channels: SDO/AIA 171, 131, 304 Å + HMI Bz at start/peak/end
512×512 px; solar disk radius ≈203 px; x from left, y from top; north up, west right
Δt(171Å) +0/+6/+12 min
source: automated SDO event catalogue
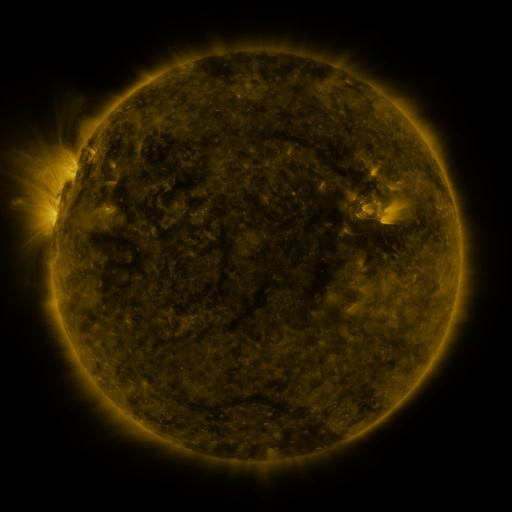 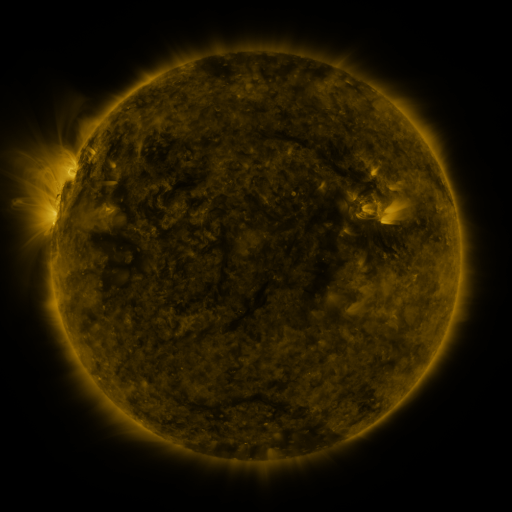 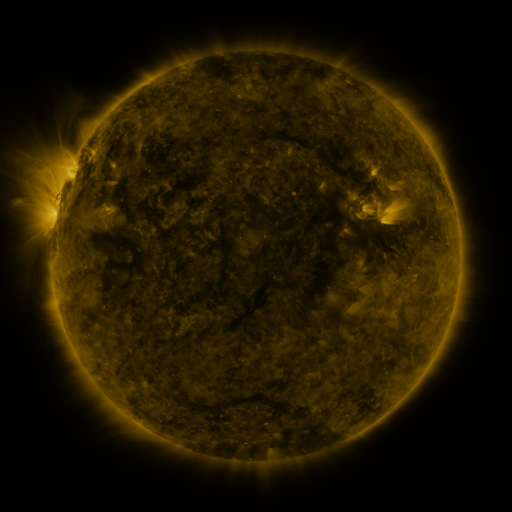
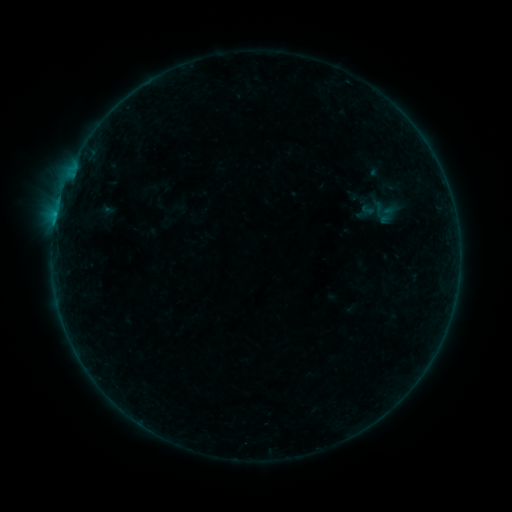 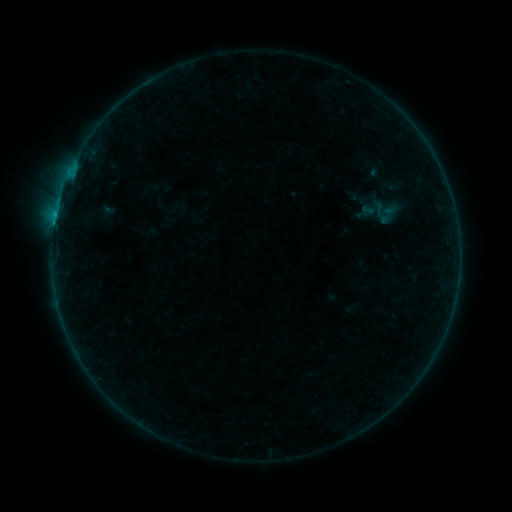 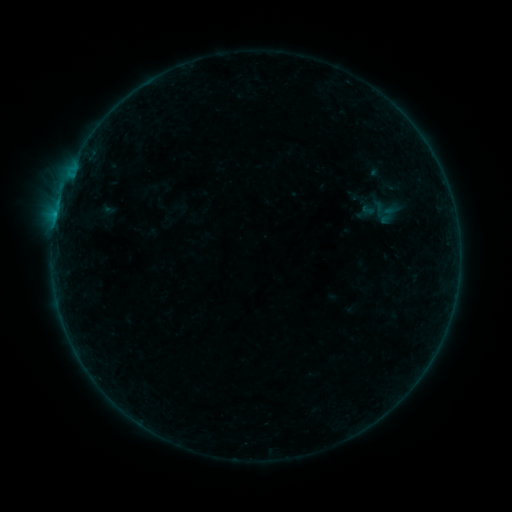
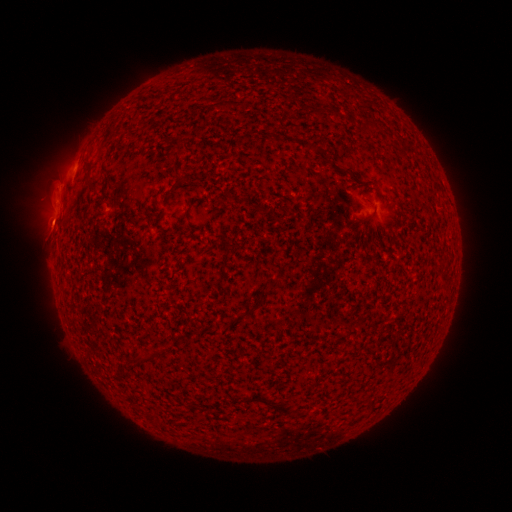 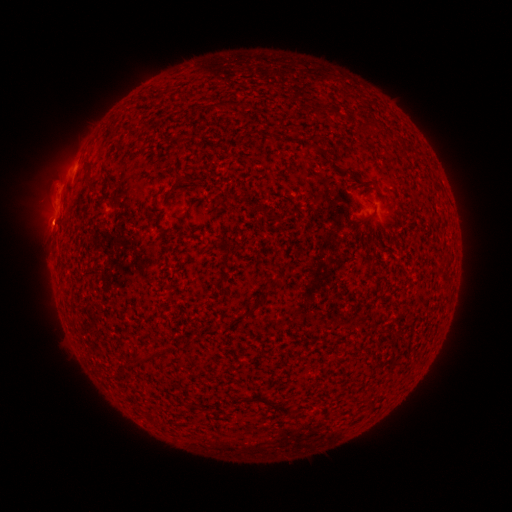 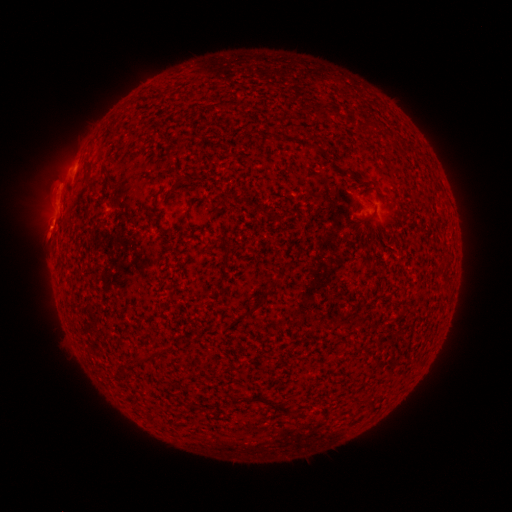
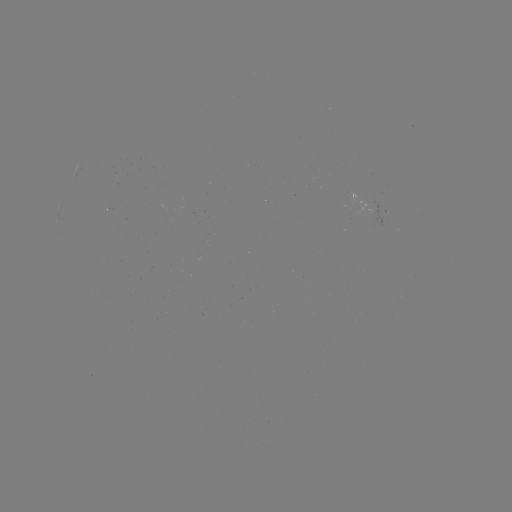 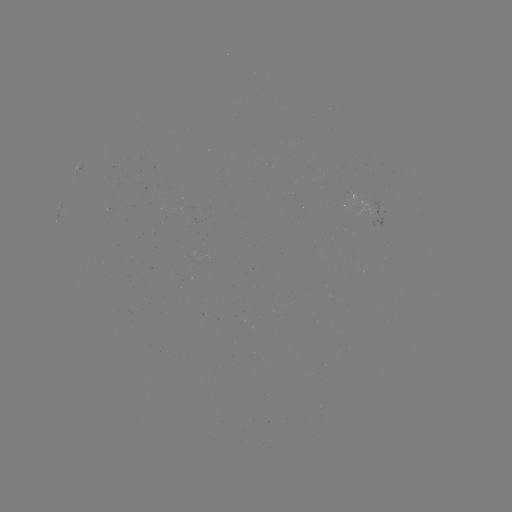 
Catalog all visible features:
eruption: (52, 224)
